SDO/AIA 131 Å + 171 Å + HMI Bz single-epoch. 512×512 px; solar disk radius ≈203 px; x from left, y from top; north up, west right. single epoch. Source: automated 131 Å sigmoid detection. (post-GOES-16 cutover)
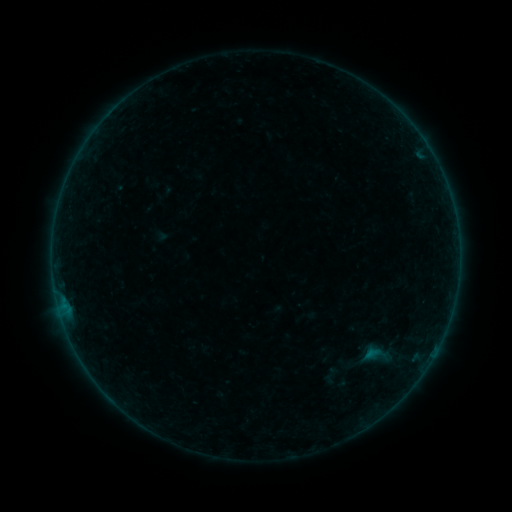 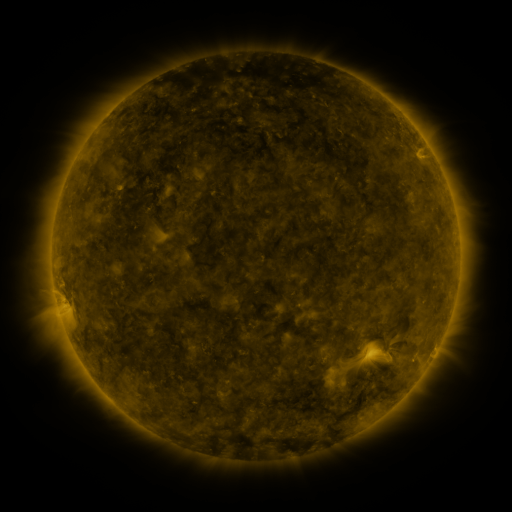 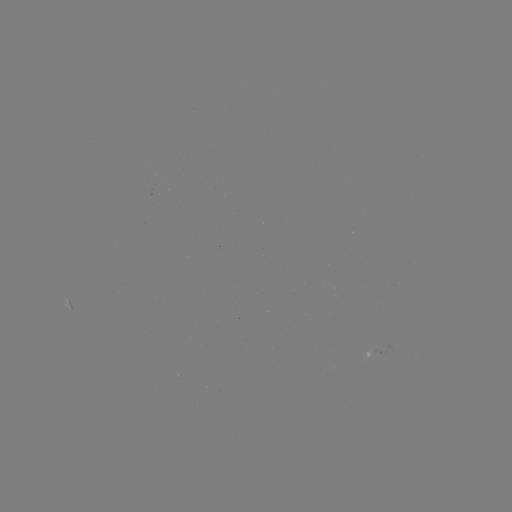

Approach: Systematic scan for sigmoid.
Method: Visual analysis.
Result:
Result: sigmoid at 378,355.